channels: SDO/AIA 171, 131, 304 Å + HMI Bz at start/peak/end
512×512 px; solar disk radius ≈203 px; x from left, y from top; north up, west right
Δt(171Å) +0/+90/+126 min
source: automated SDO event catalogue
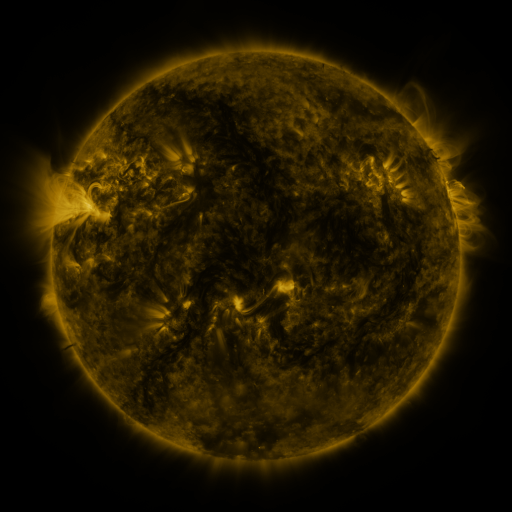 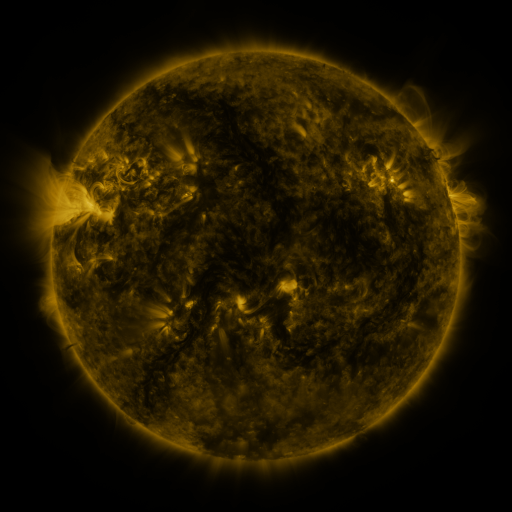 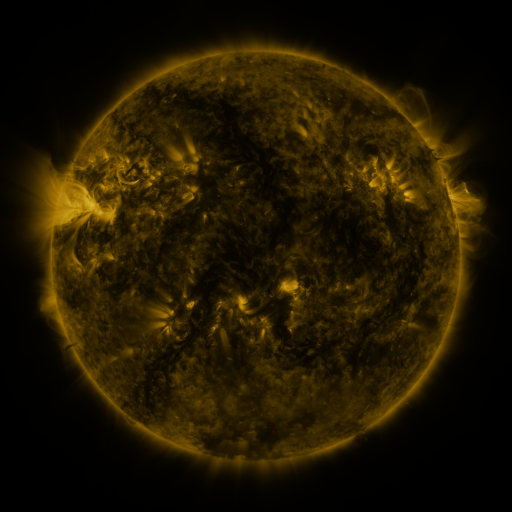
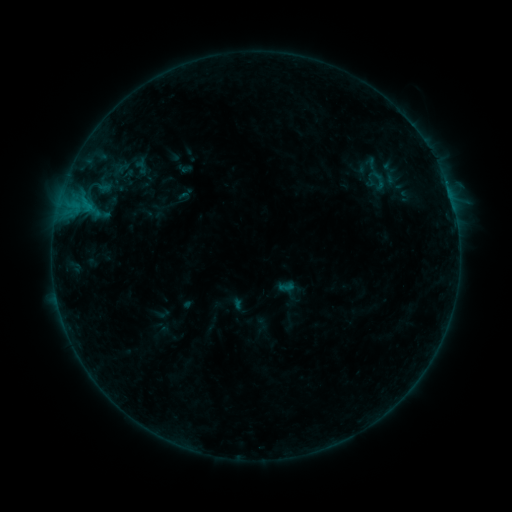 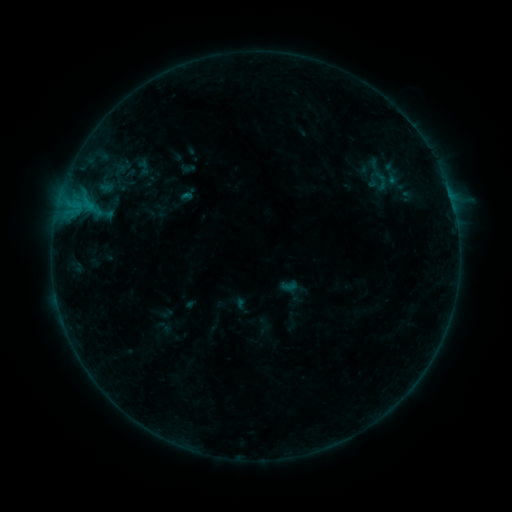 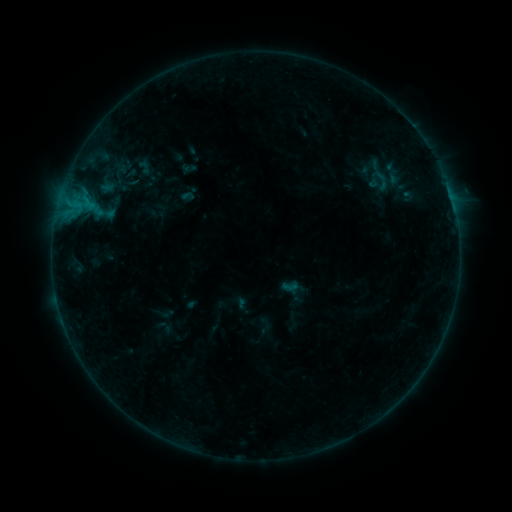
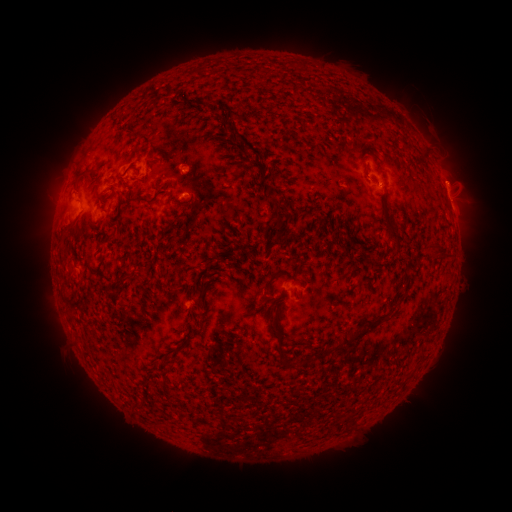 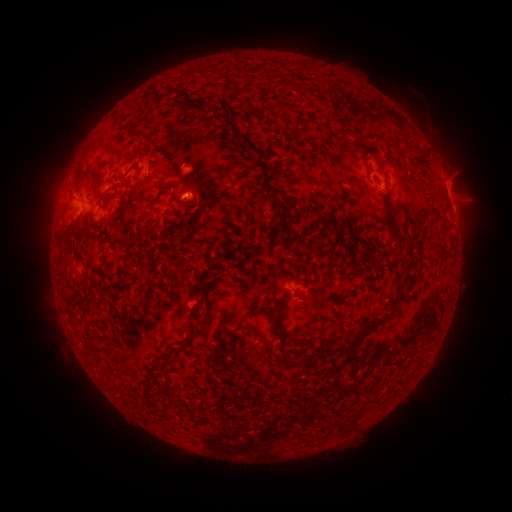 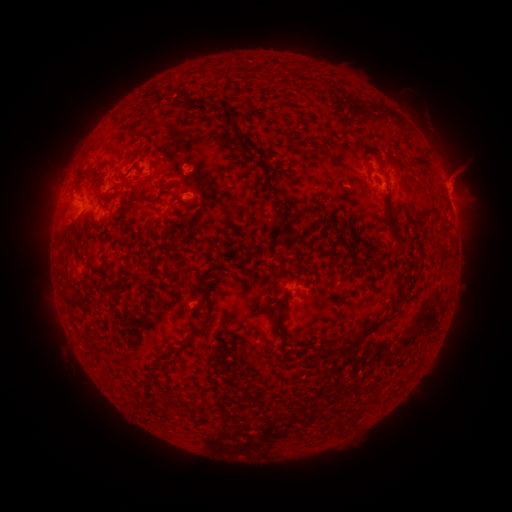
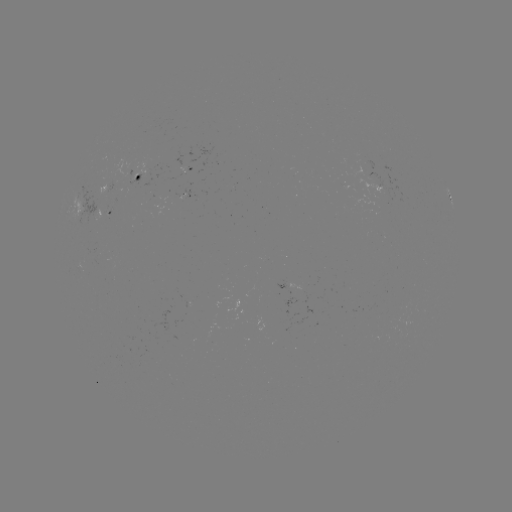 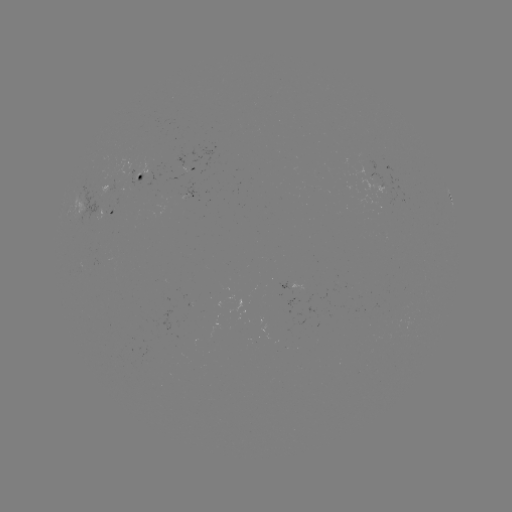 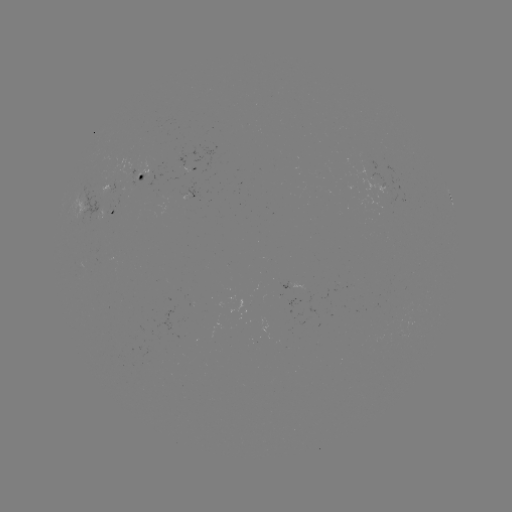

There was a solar emerging-flux region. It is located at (376, 141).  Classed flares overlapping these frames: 1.